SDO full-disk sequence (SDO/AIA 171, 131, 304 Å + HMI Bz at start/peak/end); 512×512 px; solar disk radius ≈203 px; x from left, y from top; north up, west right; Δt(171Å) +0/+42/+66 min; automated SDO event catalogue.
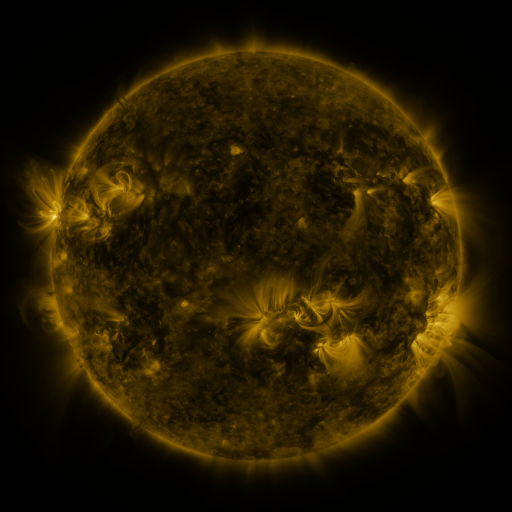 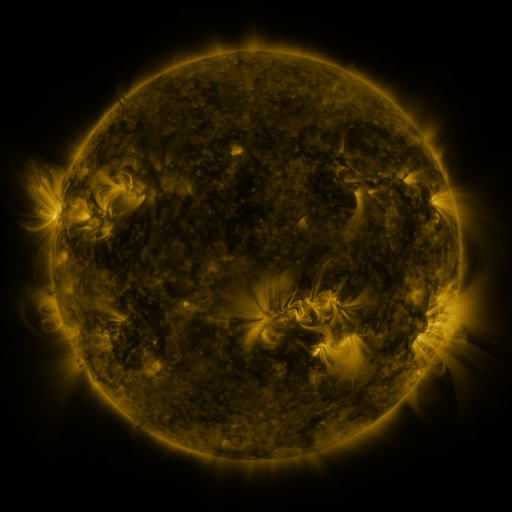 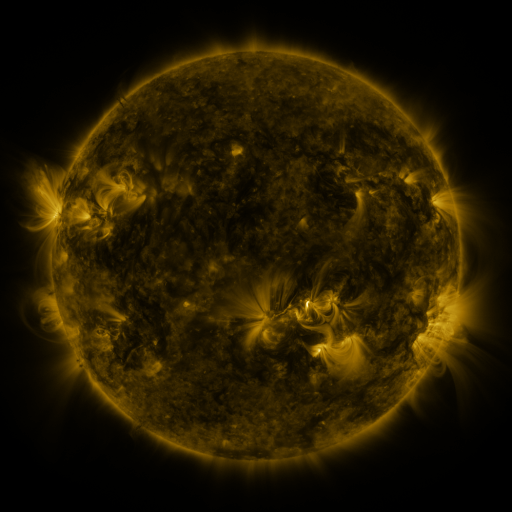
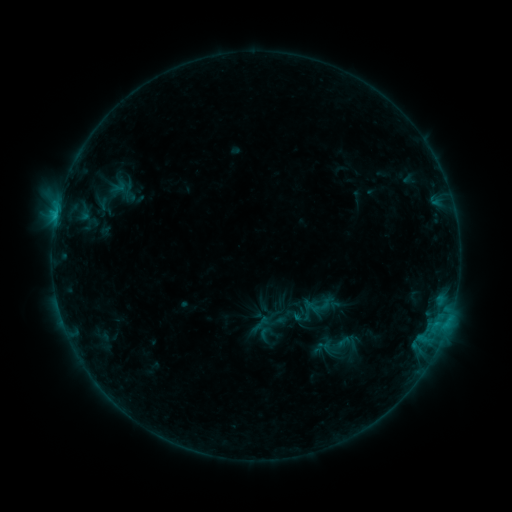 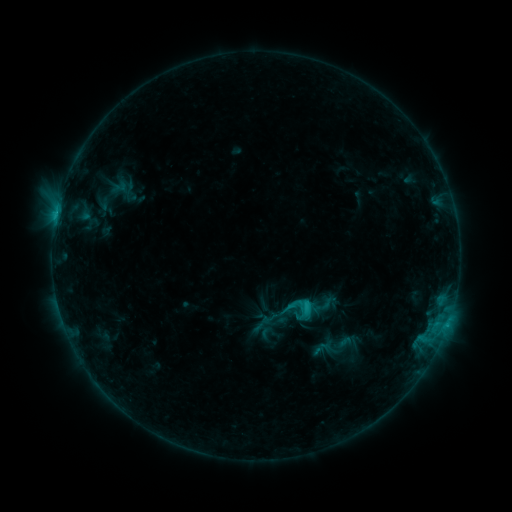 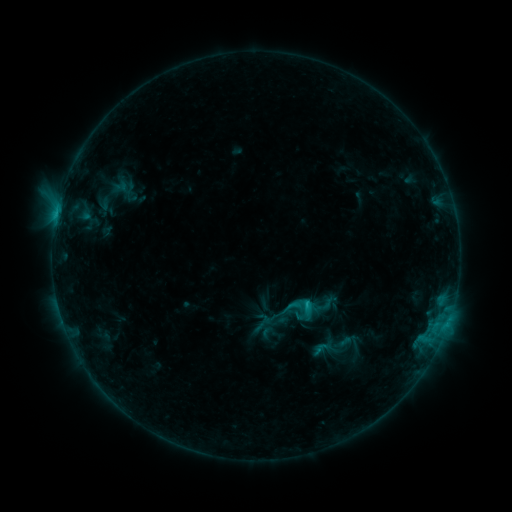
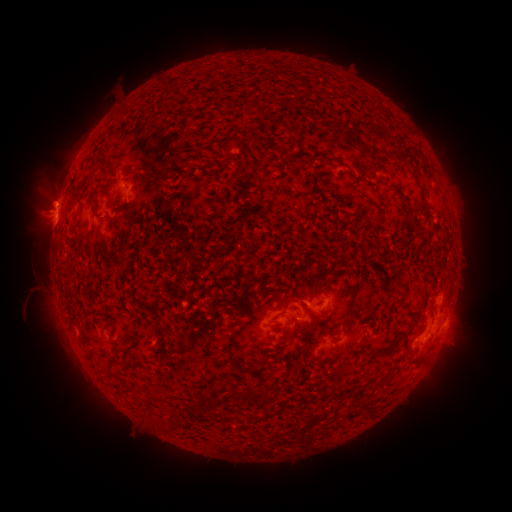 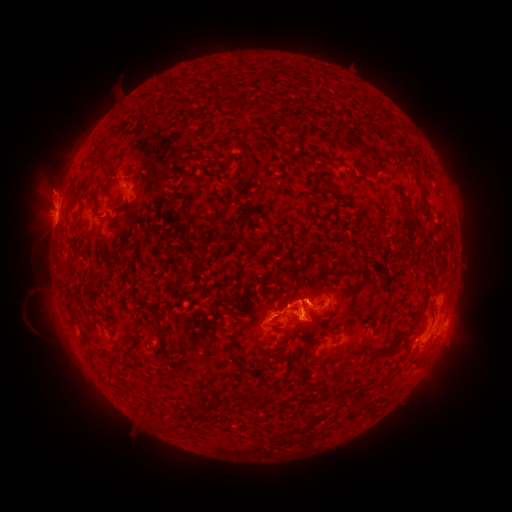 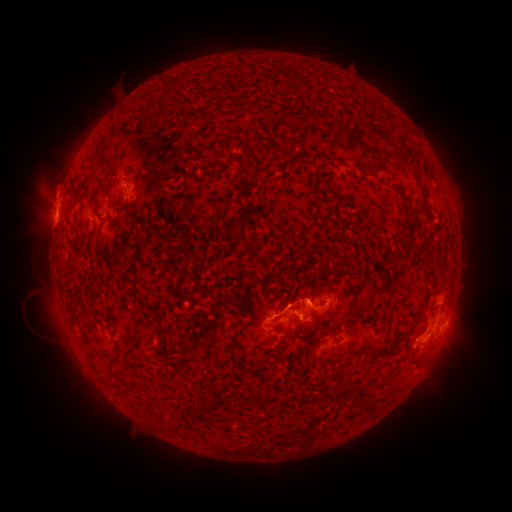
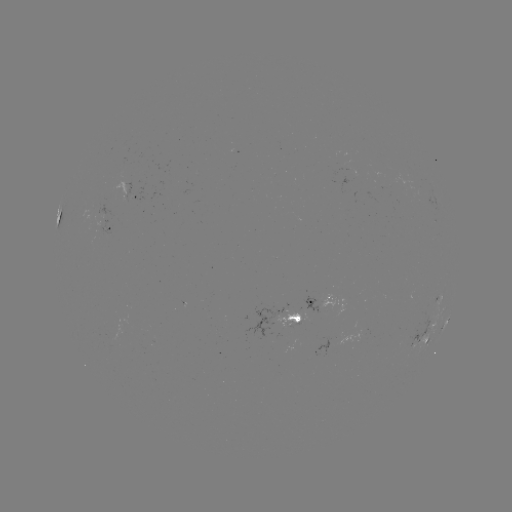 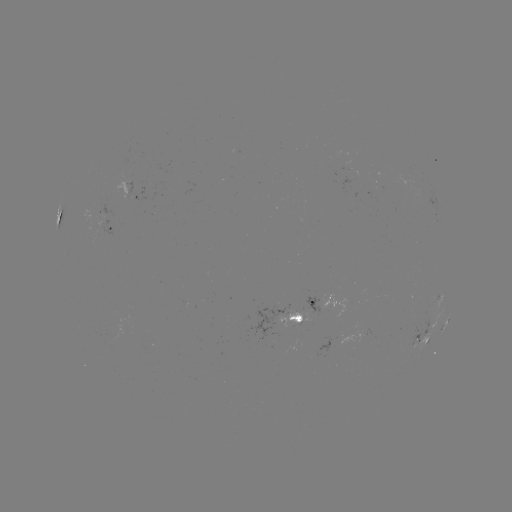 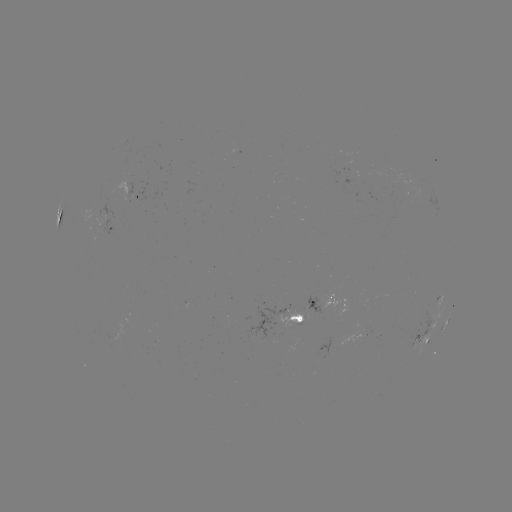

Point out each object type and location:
C2.0 flare: (306, 306)
